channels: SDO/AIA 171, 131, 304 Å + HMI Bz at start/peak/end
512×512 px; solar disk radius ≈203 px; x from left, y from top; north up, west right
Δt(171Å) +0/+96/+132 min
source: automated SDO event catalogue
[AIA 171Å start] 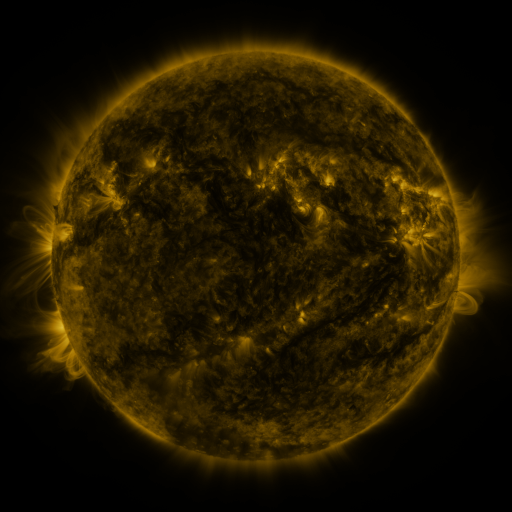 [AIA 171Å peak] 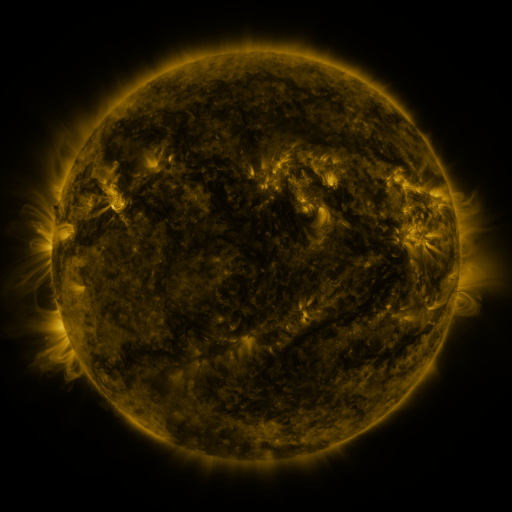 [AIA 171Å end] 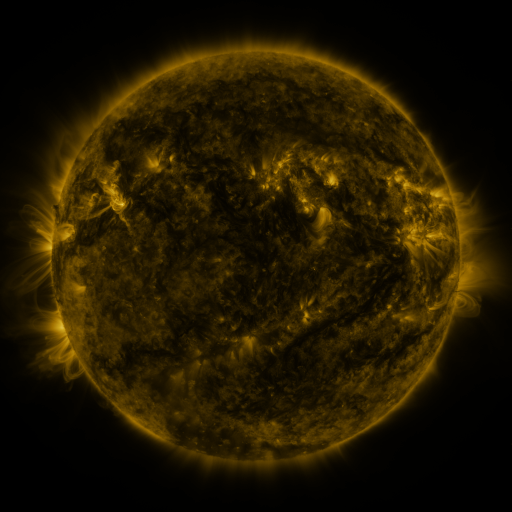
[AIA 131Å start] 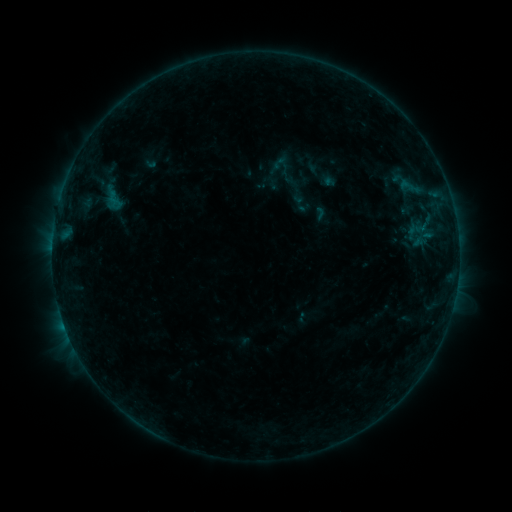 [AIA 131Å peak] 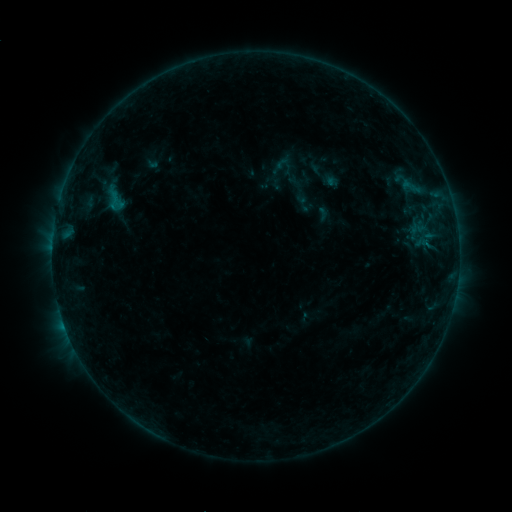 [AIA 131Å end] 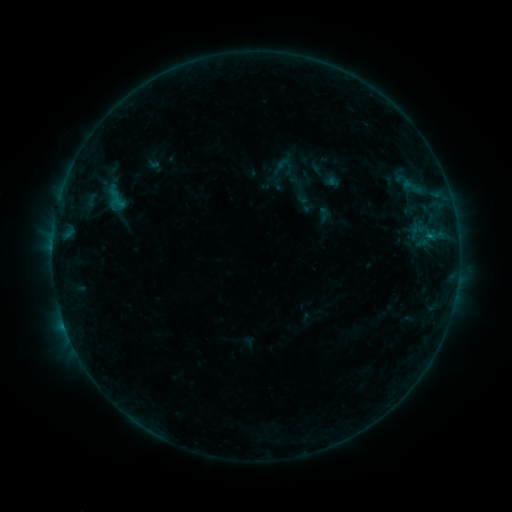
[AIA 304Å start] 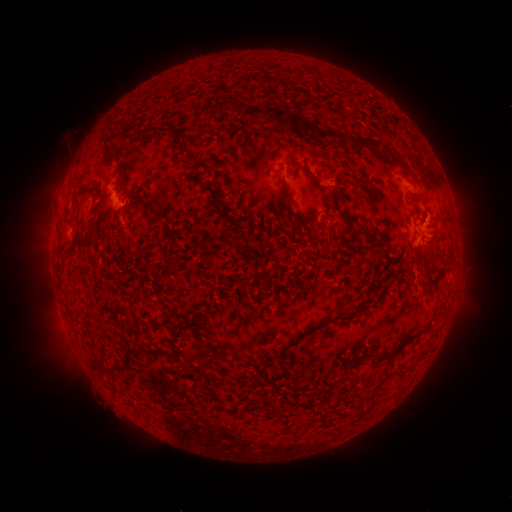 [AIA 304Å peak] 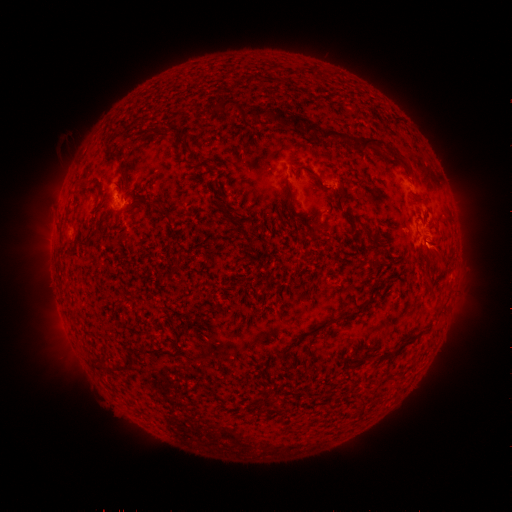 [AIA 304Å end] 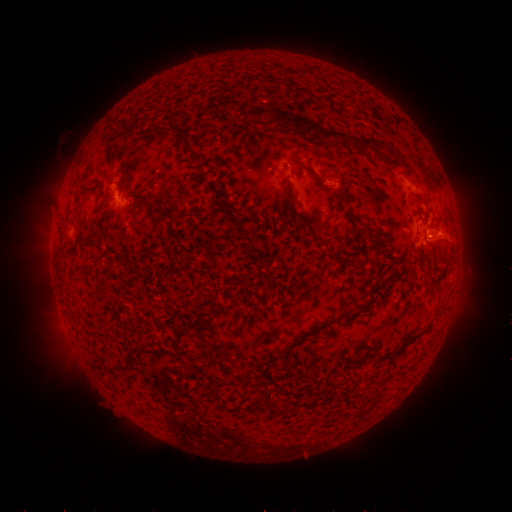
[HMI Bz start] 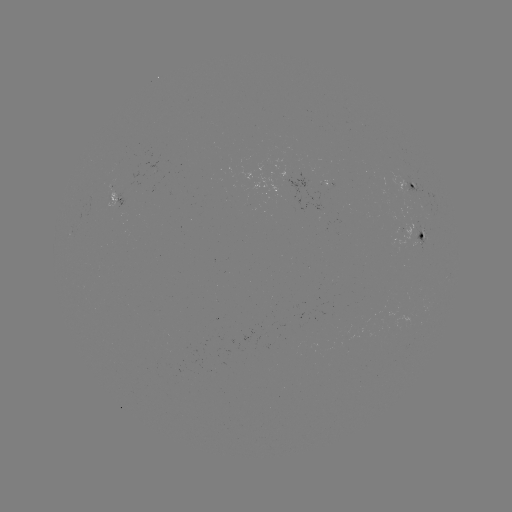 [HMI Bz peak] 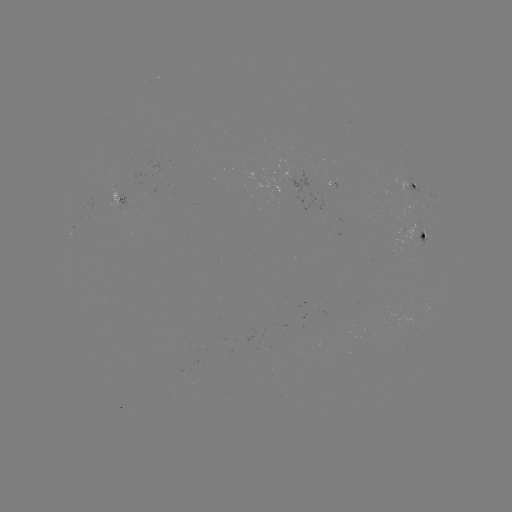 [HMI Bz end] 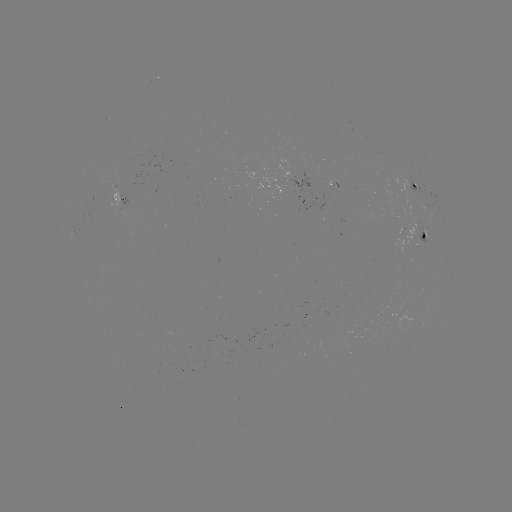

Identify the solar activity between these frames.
emerging-flux region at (113, 199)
